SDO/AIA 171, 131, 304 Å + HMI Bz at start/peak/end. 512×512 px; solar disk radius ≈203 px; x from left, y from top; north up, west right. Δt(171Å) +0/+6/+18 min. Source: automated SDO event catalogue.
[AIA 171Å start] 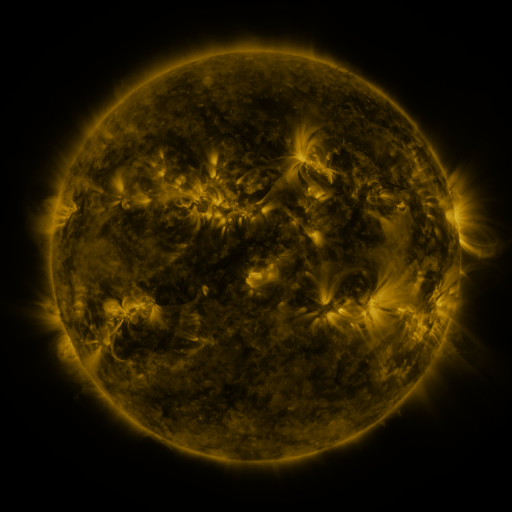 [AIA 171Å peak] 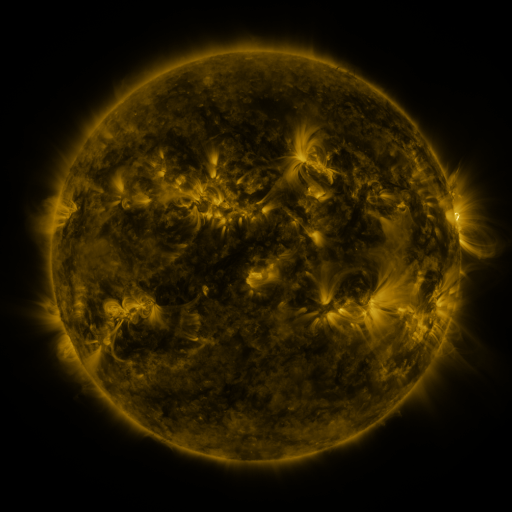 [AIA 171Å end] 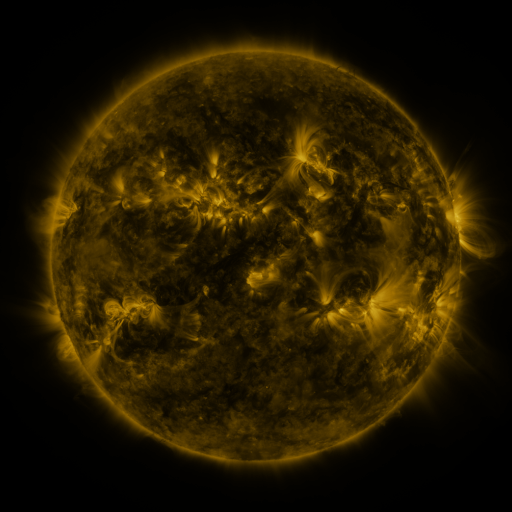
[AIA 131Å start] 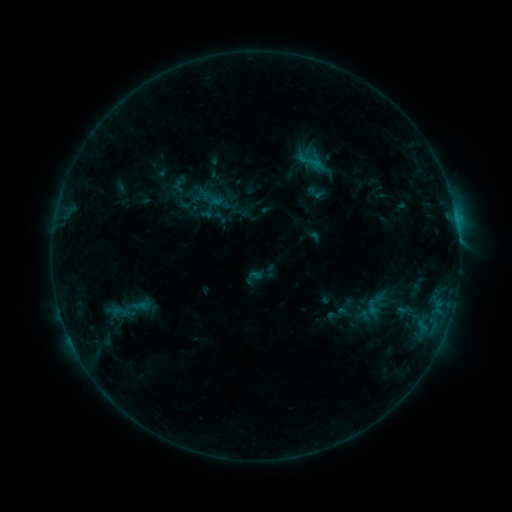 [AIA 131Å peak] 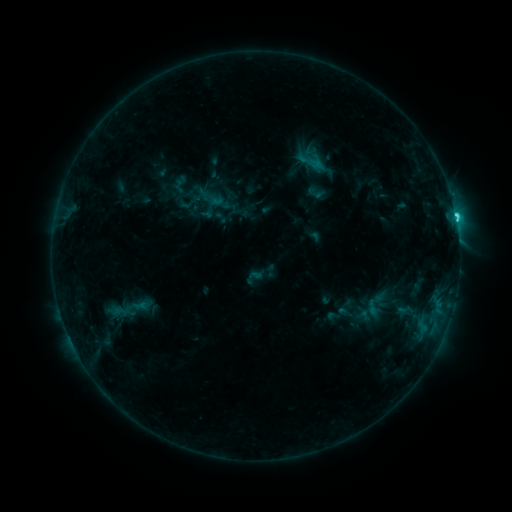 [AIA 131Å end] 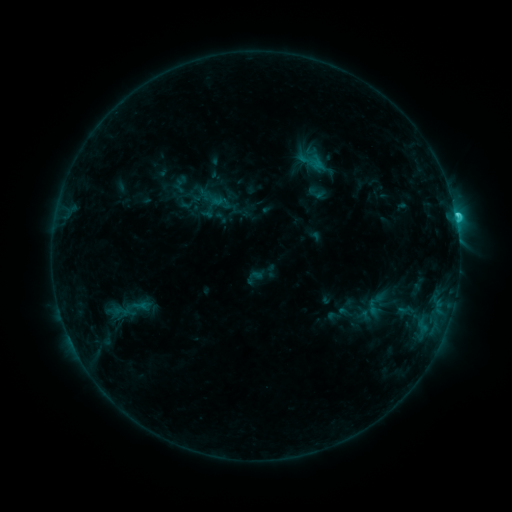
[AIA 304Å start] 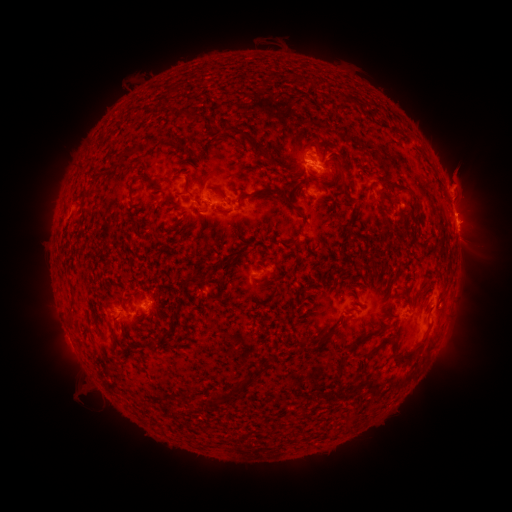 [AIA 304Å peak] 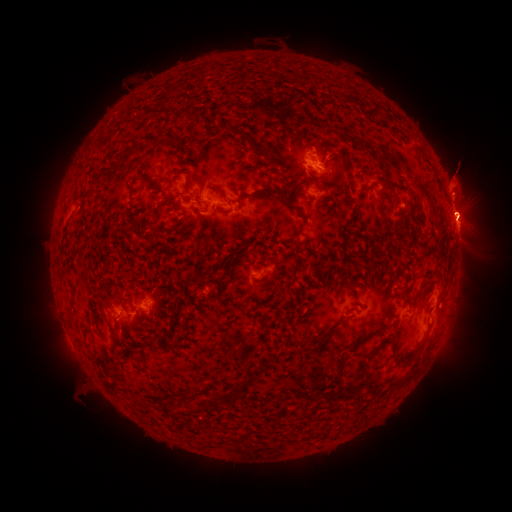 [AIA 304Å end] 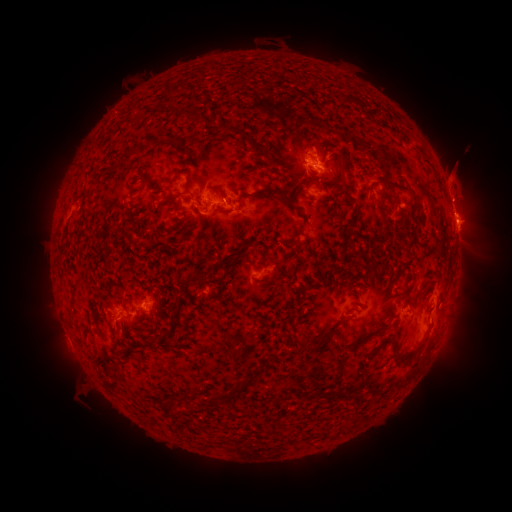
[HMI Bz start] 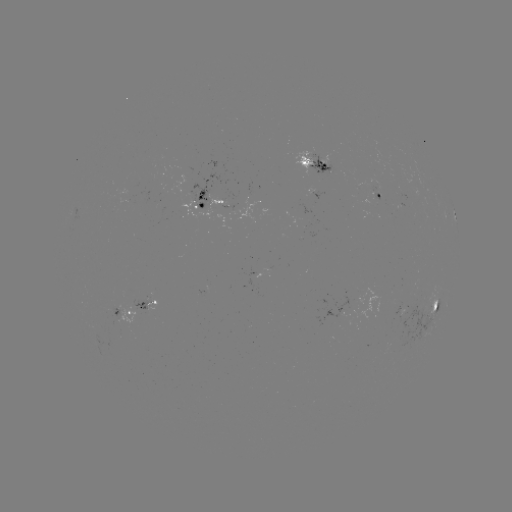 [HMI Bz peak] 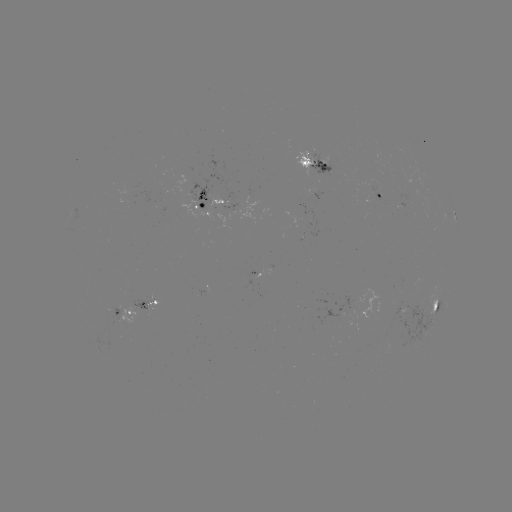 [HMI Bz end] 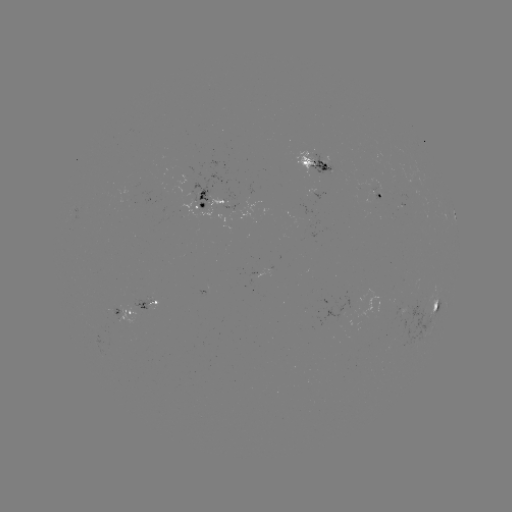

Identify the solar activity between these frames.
C3.9 flare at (455, 216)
